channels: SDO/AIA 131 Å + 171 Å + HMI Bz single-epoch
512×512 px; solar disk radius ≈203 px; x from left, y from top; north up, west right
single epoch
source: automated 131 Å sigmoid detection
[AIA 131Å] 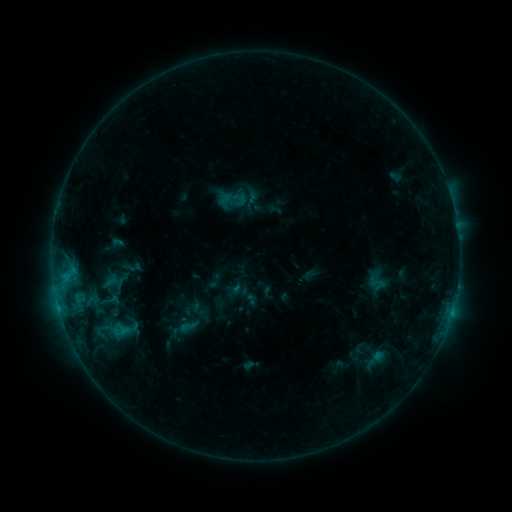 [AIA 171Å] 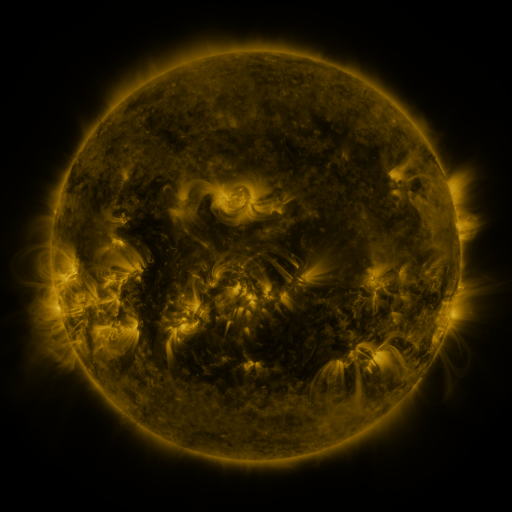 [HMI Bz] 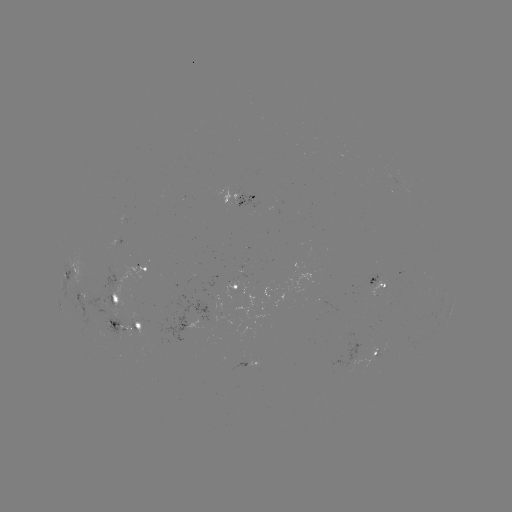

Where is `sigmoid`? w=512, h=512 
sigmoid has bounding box [177, 318, 198, 334].